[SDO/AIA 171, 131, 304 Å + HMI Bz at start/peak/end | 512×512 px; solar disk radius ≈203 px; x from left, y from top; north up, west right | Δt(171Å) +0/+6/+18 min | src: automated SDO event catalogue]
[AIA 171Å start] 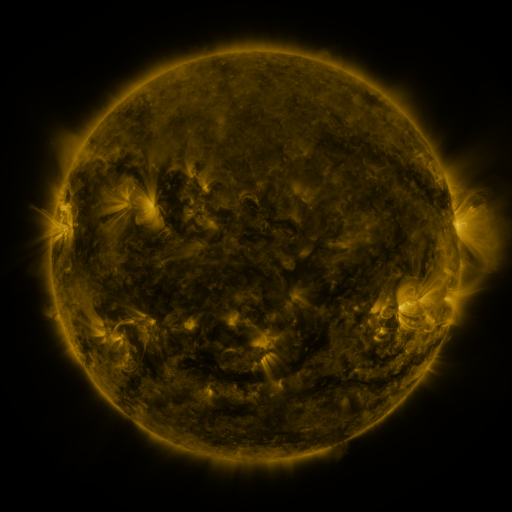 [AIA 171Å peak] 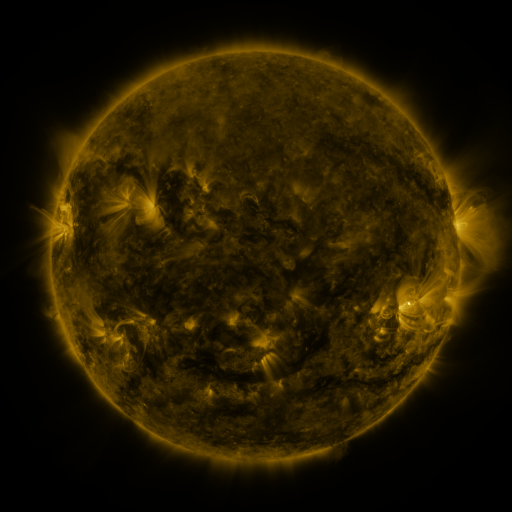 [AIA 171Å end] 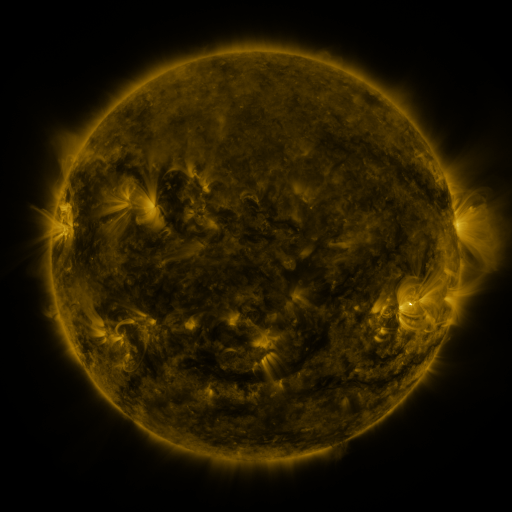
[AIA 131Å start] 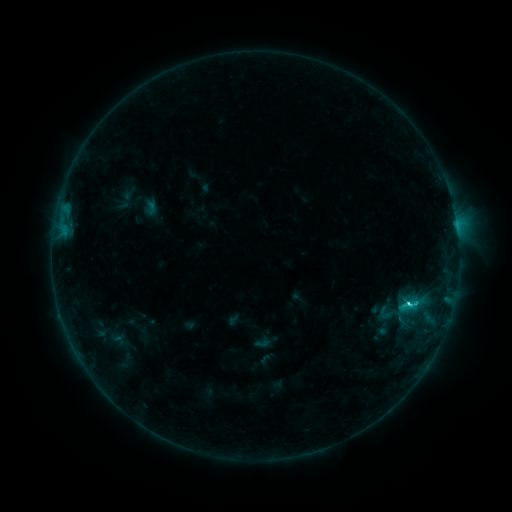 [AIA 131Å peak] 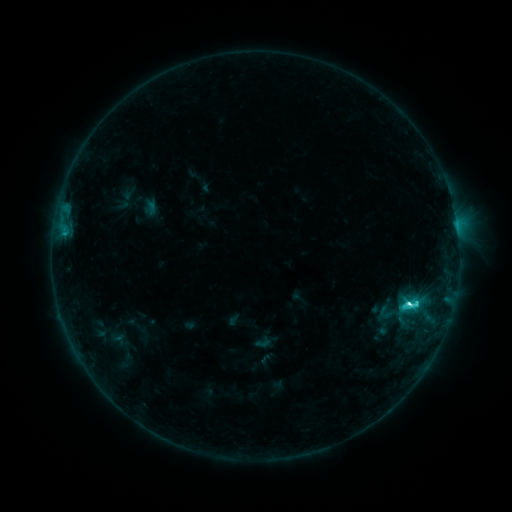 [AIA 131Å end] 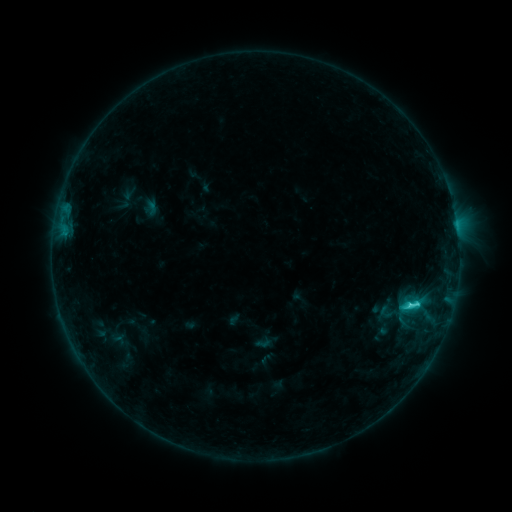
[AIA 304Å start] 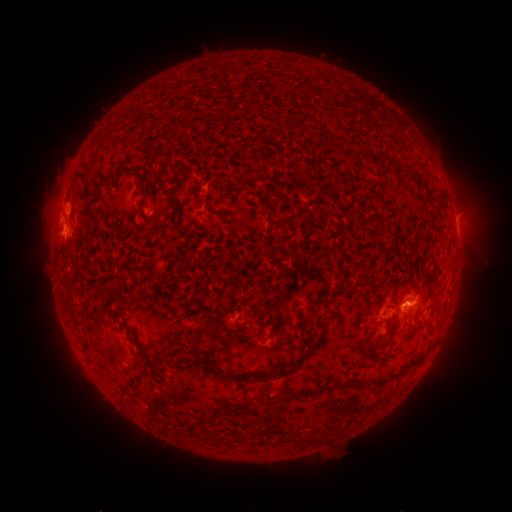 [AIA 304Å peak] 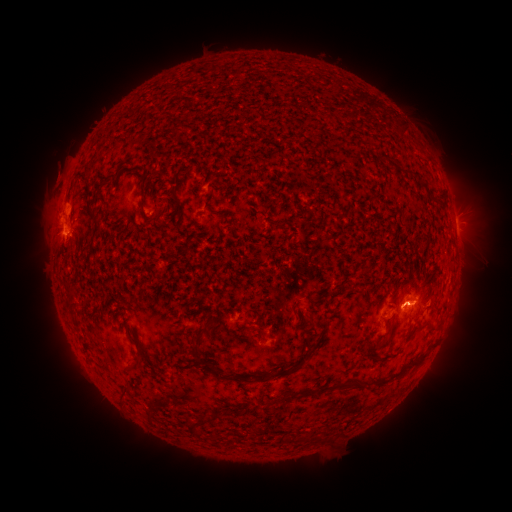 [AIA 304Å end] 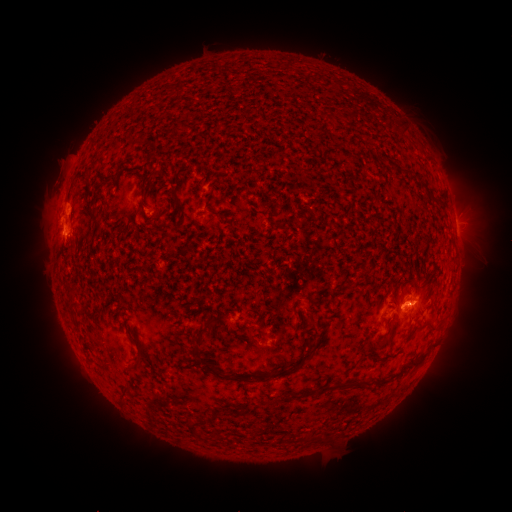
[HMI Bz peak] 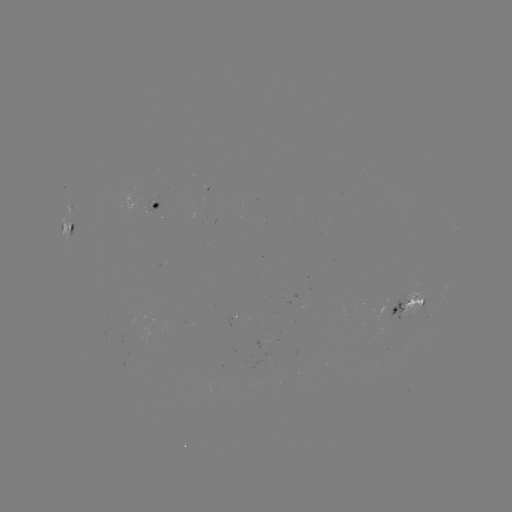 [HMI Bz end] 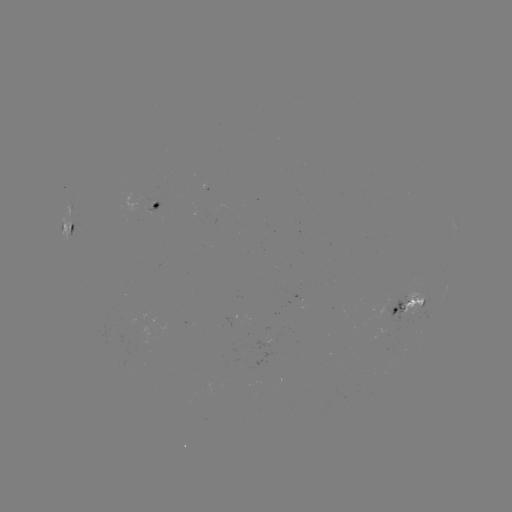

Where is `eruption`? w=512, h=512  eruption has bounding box [34, 156, 78, 202].